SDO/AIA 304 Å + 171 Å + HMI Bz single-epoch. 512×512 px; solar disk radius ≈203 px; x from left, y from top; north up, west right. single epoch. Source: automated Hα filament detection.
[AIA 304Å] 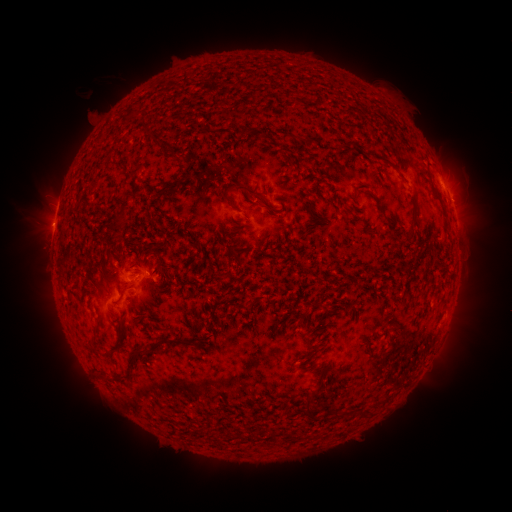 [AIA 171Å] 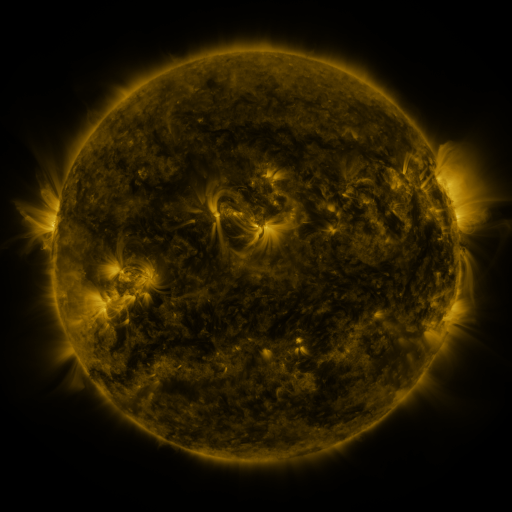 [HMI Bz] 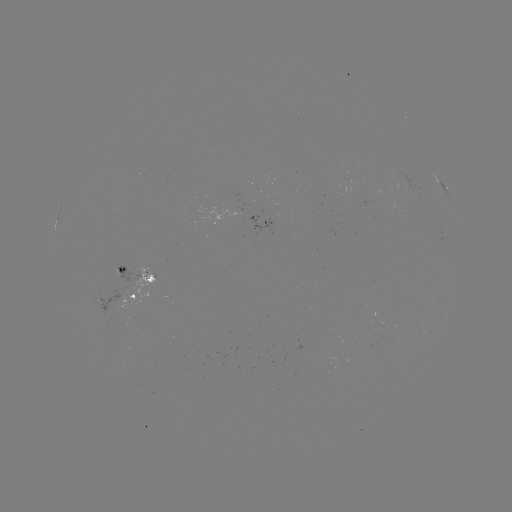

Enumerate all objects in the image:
filament: (240, 127, 250, 135)
filament: (155, 184, 169, 197)
filament: (232, 184, 256, 200)
filament: (221, 192, 233, 204)
filament: (115, 213, 125, 226)
filament: (224, 243, 235, 255)
filament: (145, 264, 159, 282)
filament: (132, 334, 185, 355)
filament: (311, 381, 321, 394)
